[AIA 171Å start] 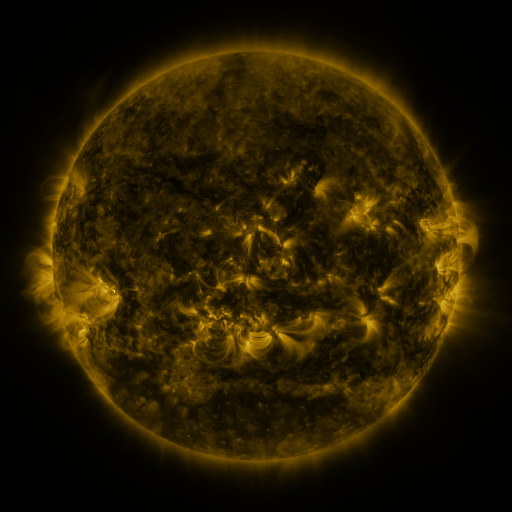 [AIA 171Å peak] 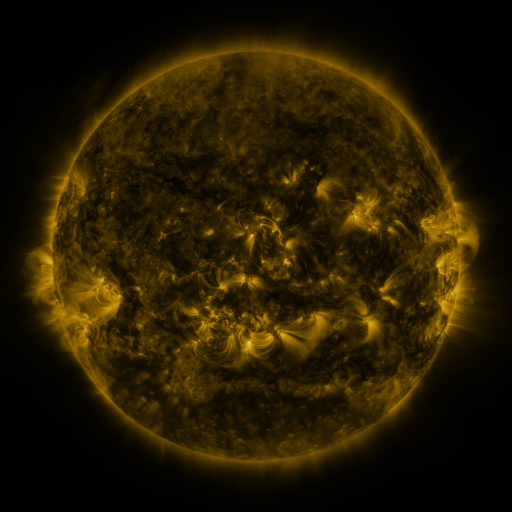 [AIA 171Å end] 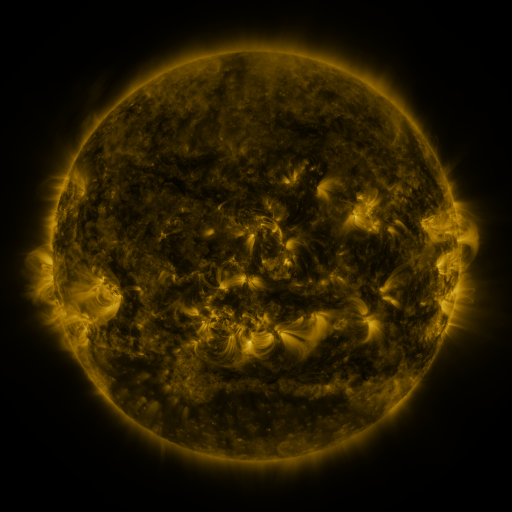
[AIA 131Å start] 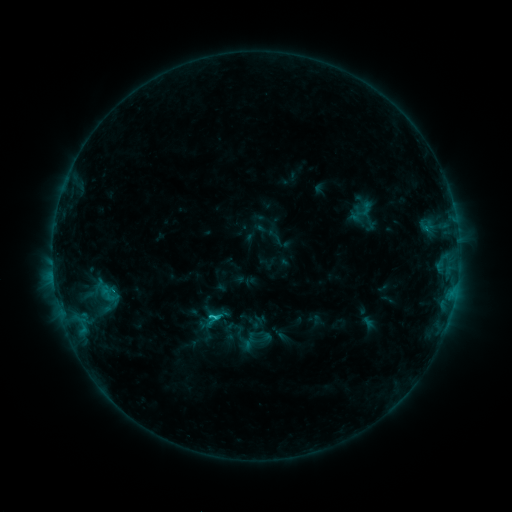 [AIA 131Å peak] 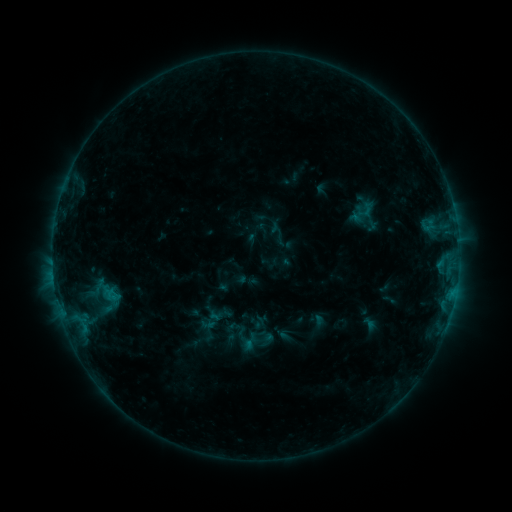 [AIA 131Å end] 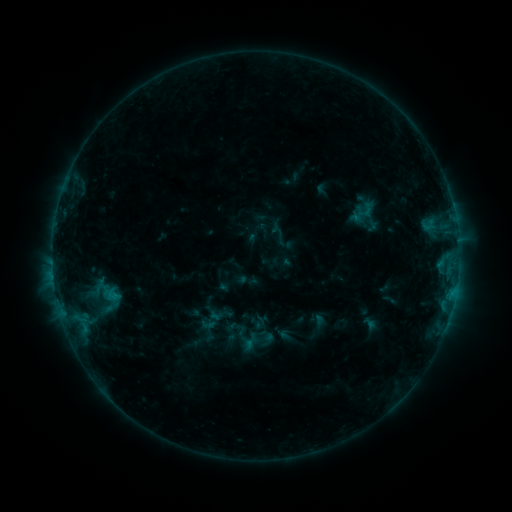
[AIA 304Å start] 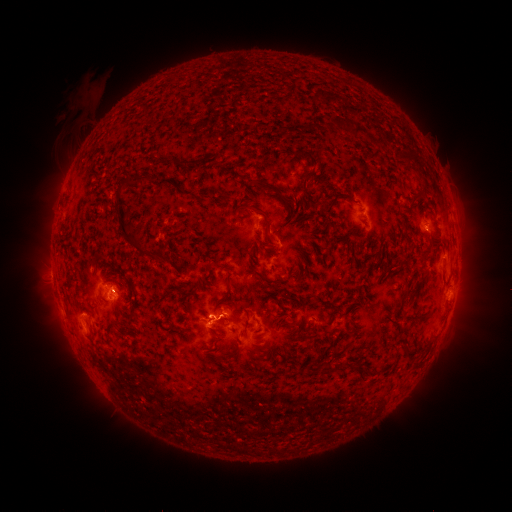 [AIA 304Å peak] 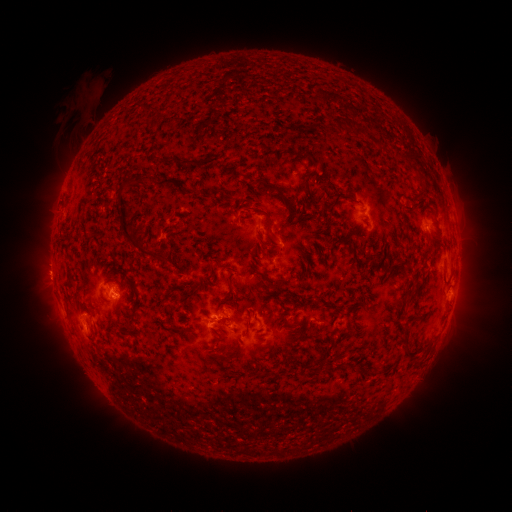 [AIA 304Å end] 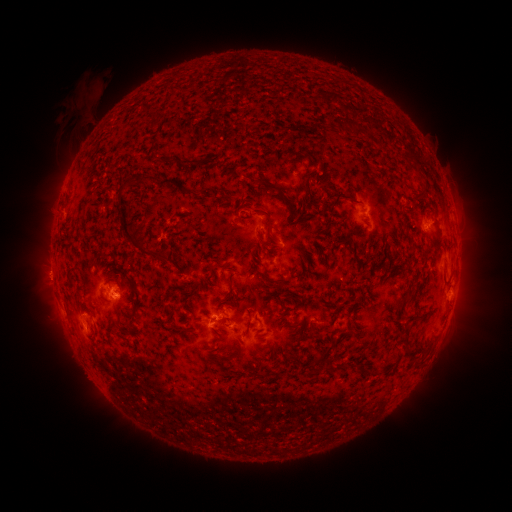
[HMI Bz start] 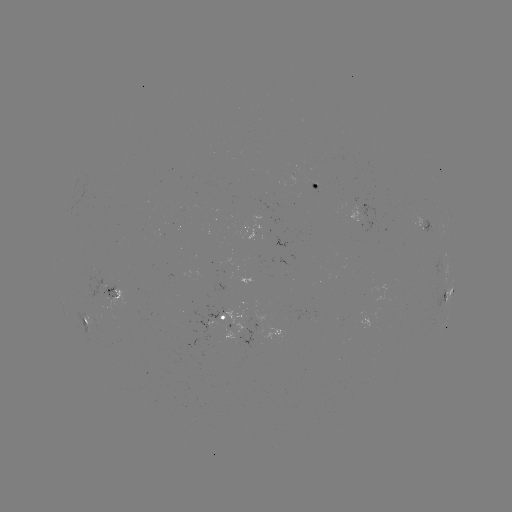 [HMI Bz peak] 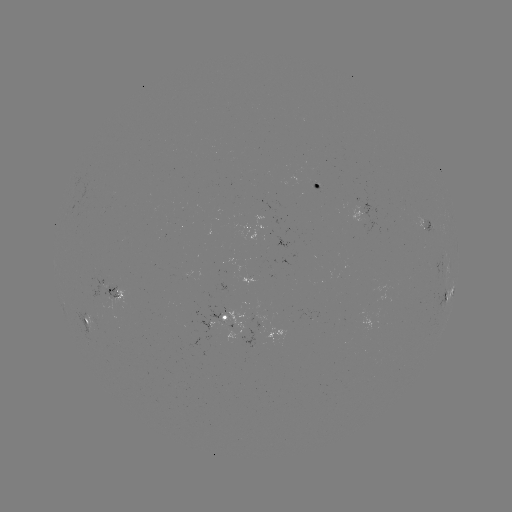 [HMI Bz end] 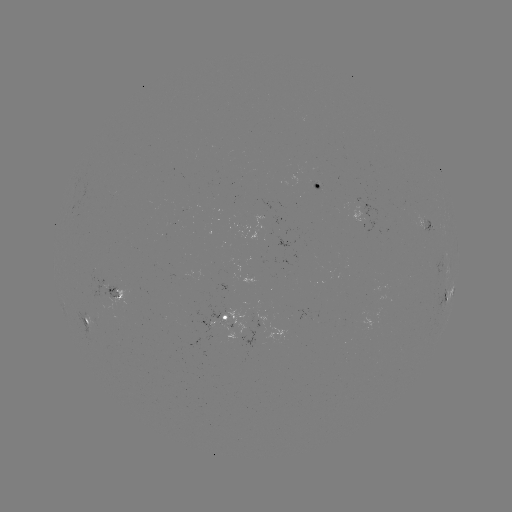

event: emerging-flux region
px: (118, 298)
